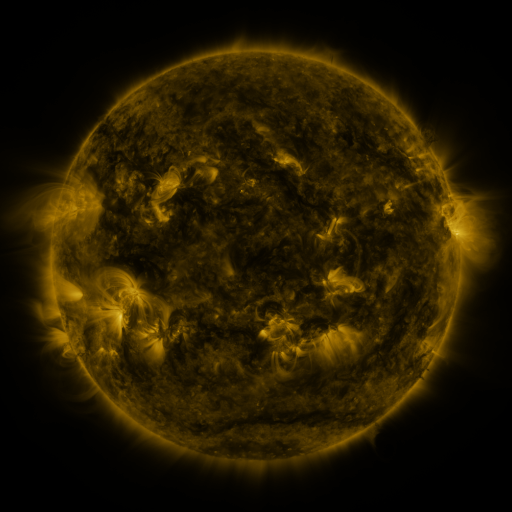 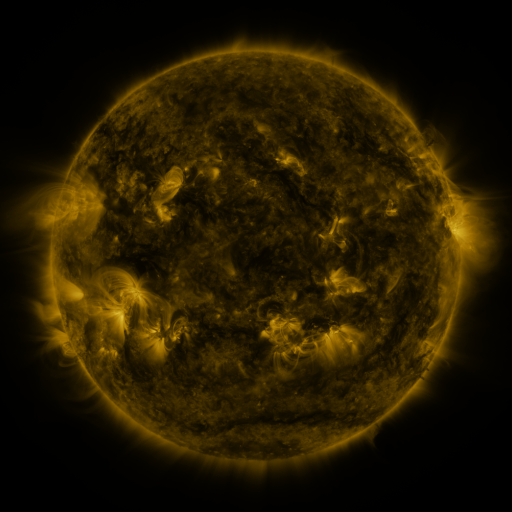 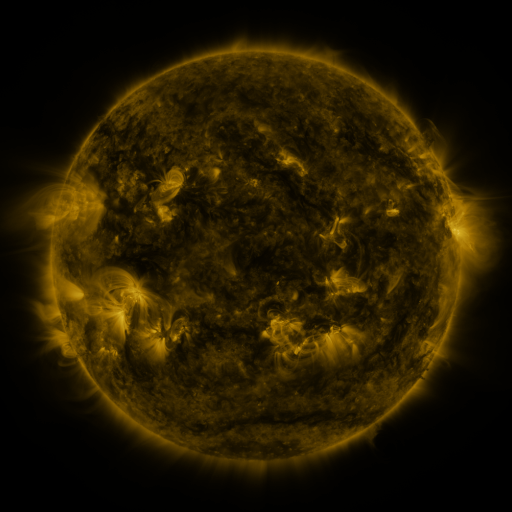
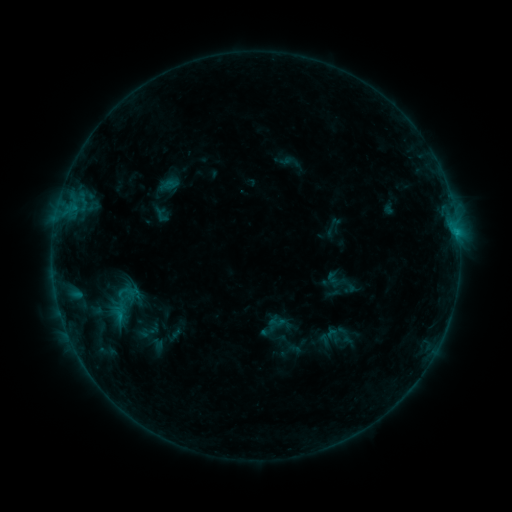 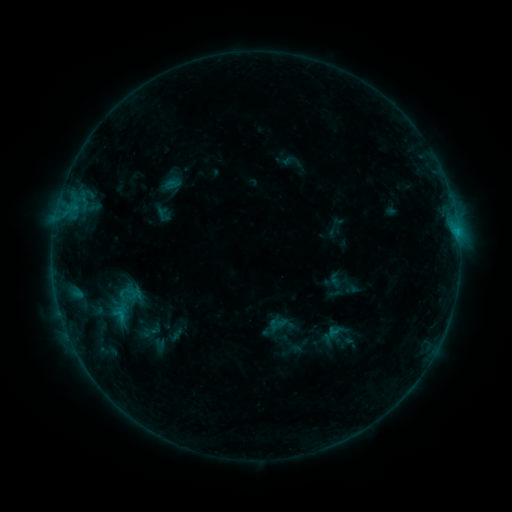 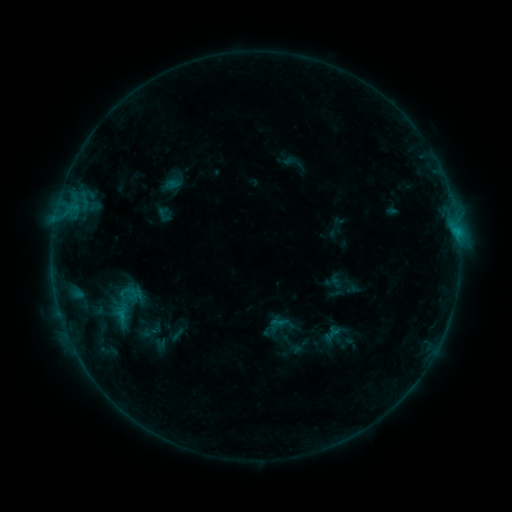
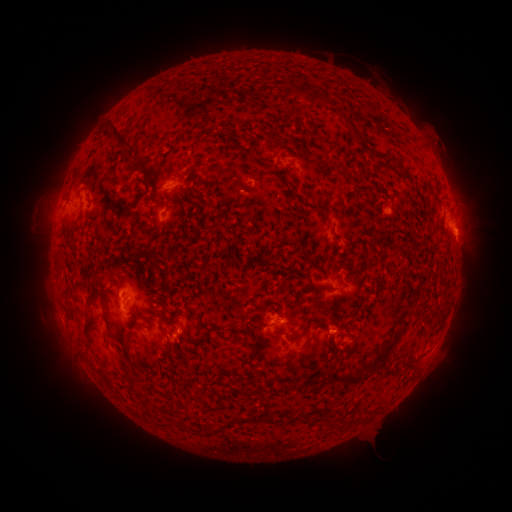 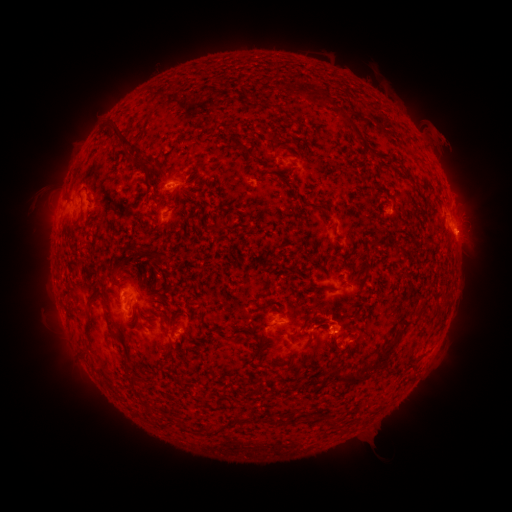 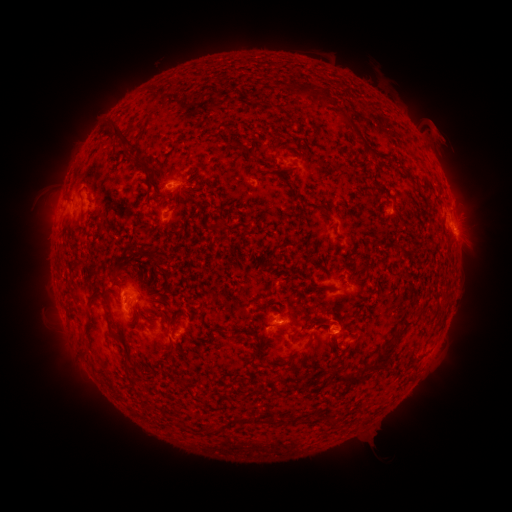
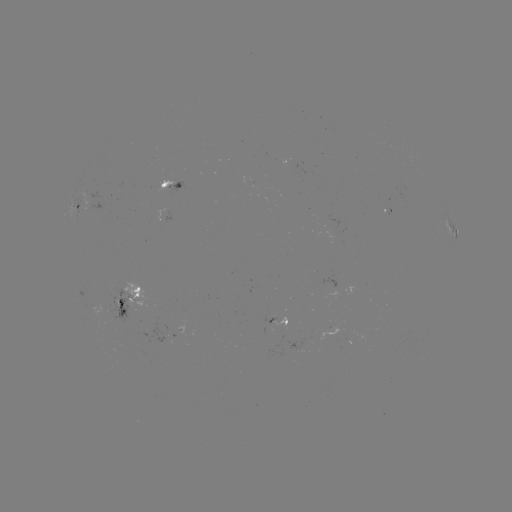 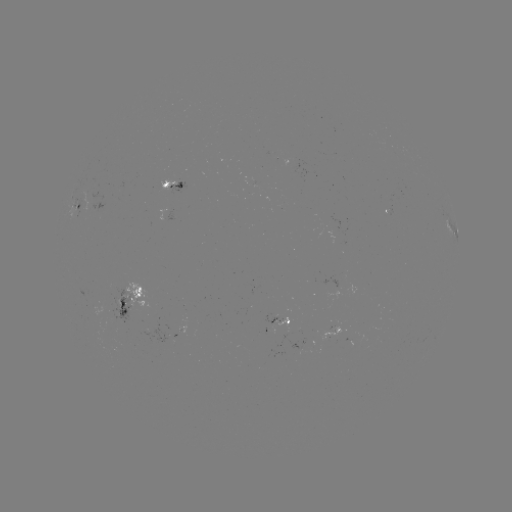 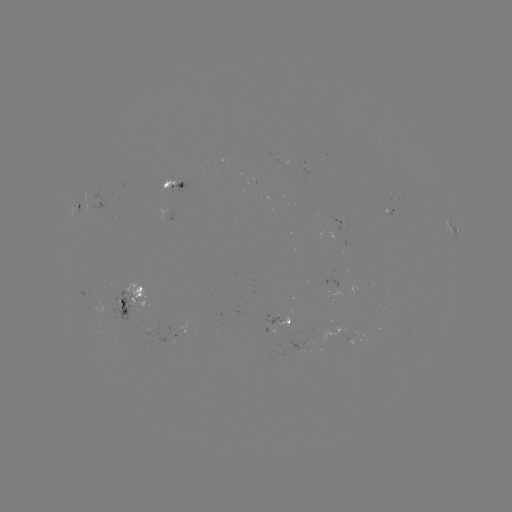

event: emerging-flux region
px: (177, 327)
